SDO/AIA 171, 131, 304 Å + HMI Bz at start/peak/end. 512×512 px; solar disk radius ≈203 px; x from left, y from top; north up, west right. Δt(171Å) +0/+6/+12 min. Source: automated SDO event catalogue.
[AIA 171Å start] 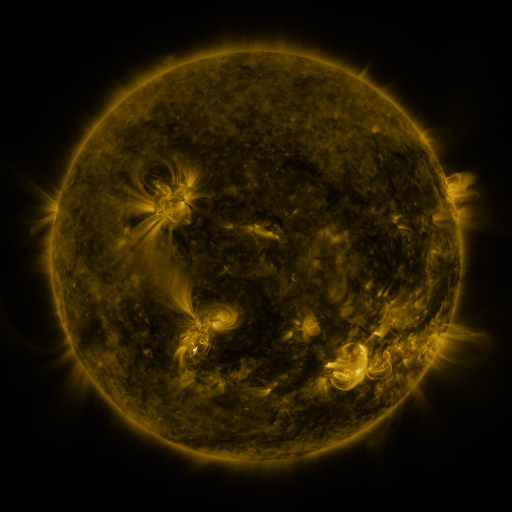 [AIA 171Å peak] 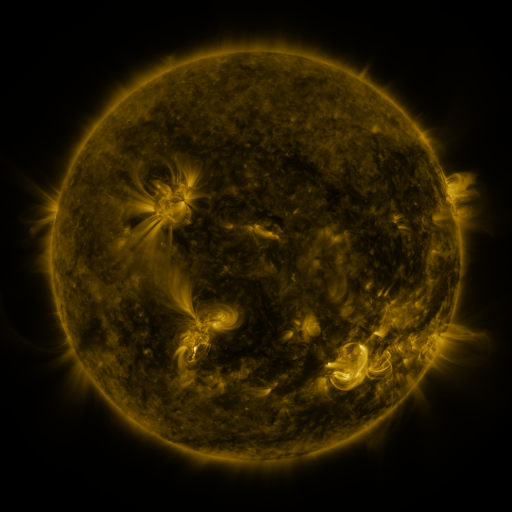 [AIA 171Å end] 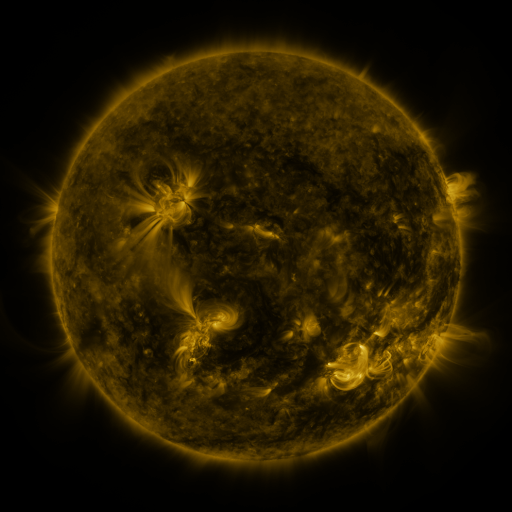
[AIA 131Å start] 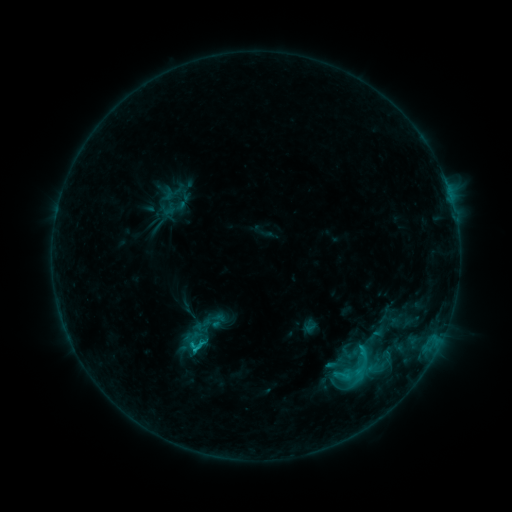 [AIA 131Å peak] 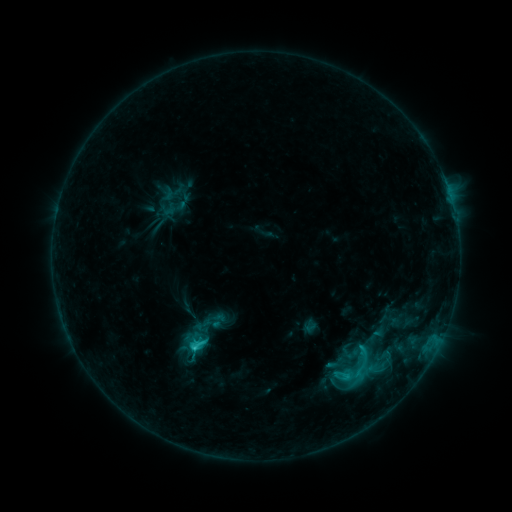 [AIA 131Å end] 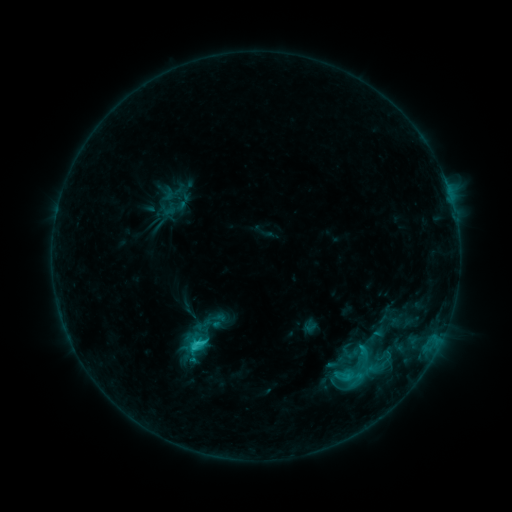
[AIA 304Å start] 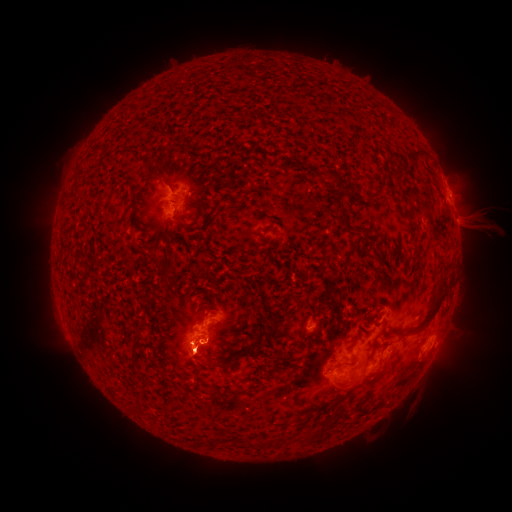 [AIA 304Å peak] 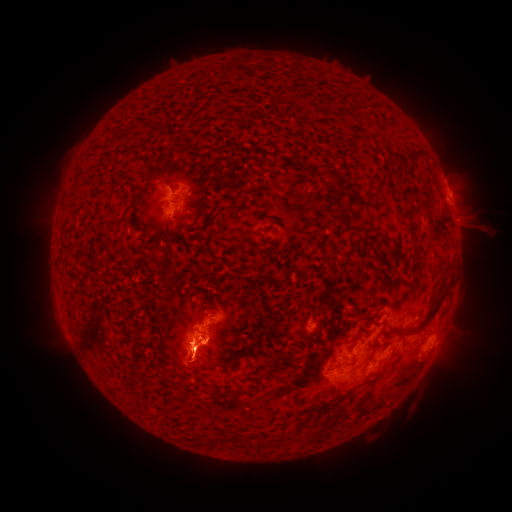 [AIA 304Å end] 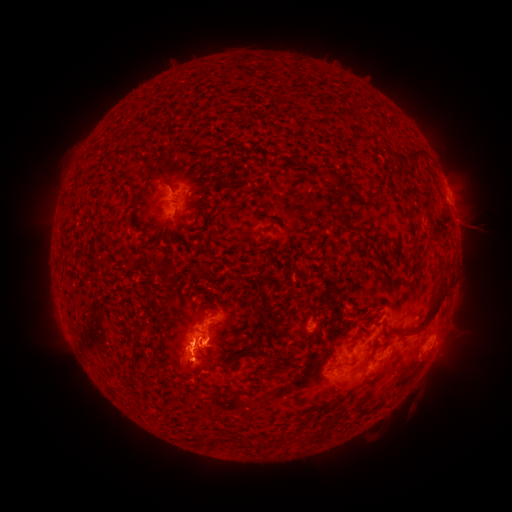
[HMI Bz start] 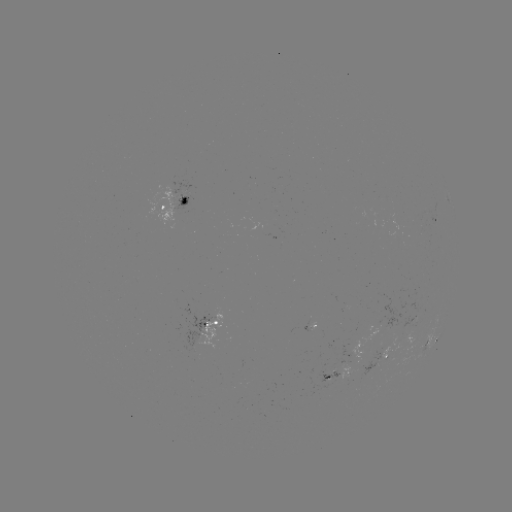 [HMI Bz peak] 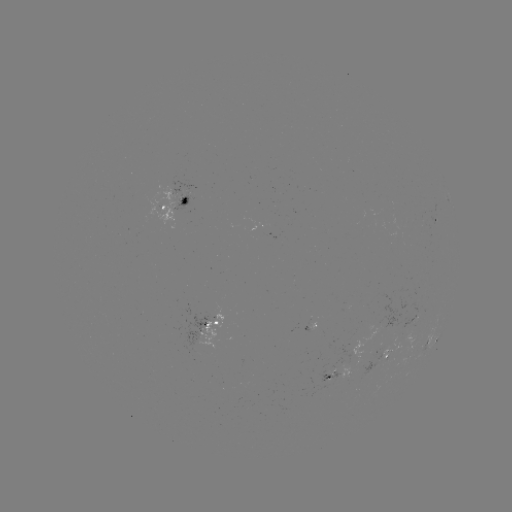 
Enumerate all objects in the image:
eruption: (195, 443)
